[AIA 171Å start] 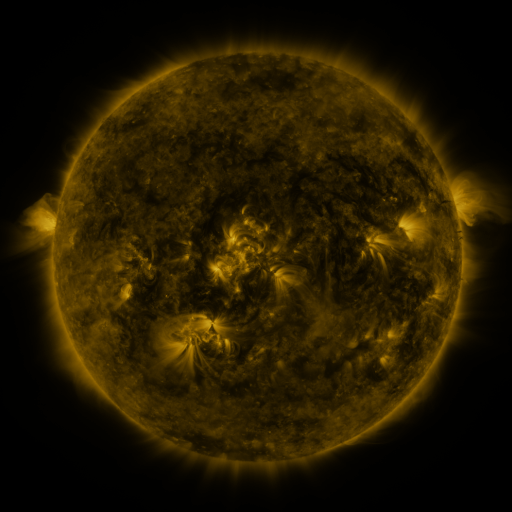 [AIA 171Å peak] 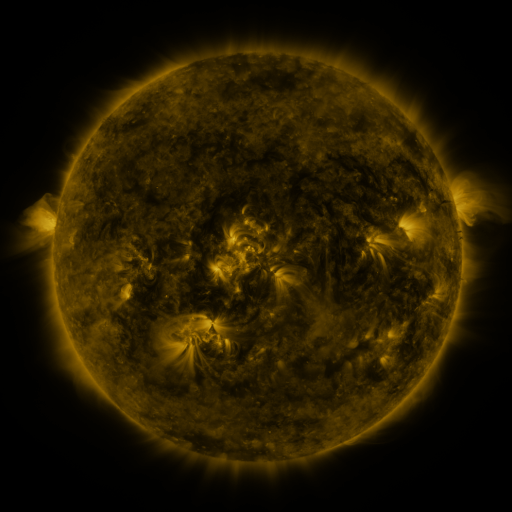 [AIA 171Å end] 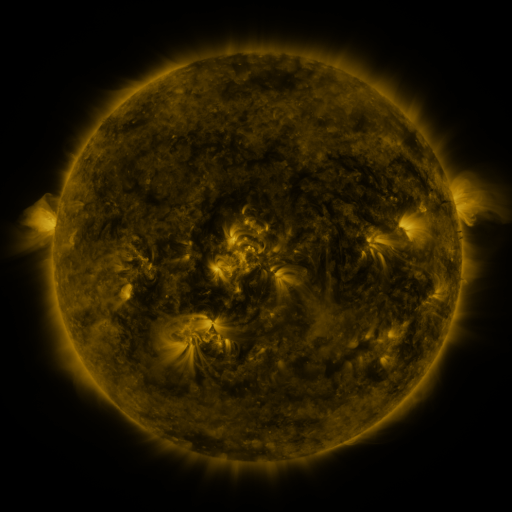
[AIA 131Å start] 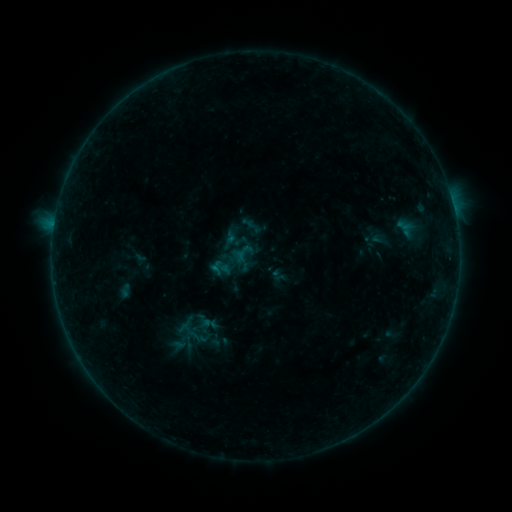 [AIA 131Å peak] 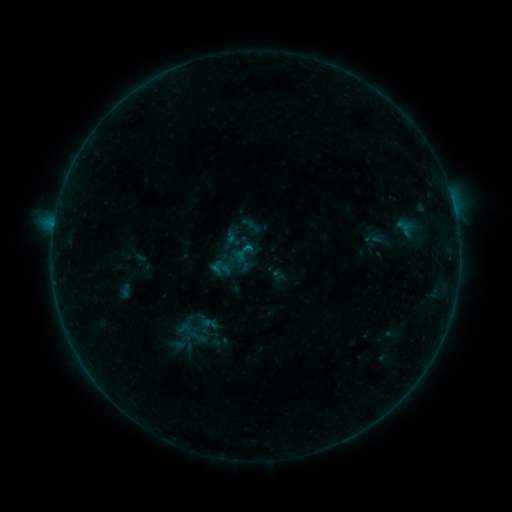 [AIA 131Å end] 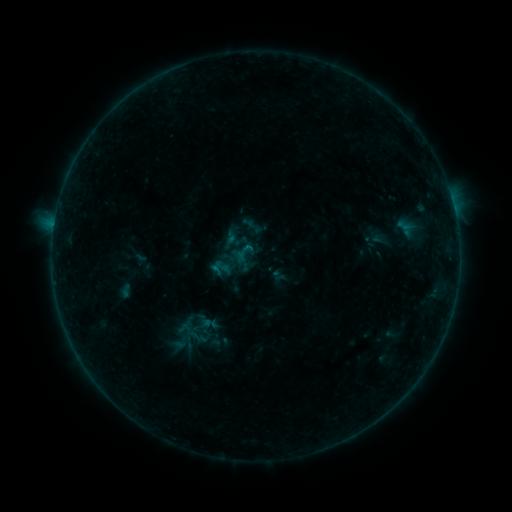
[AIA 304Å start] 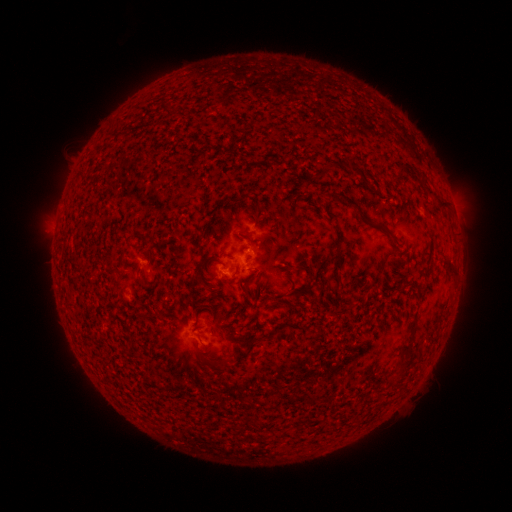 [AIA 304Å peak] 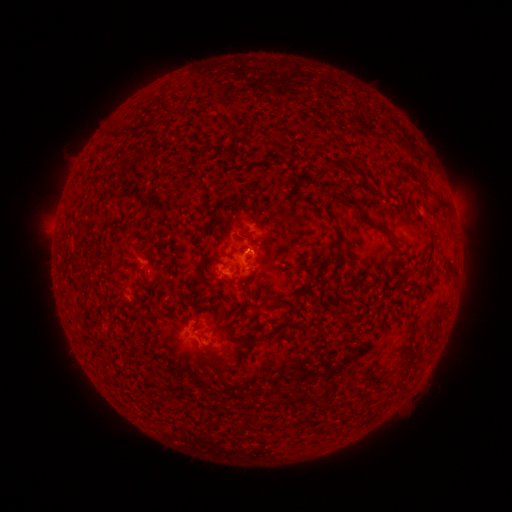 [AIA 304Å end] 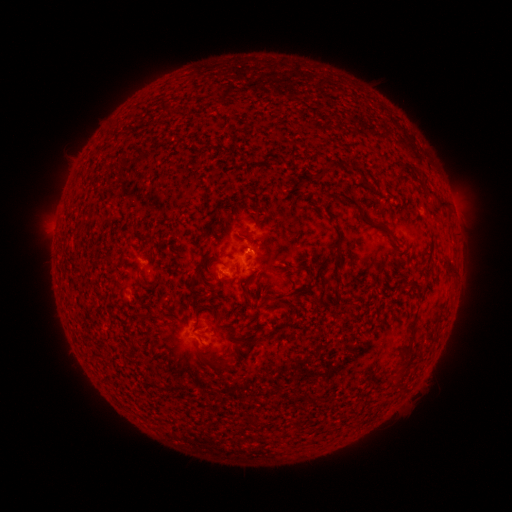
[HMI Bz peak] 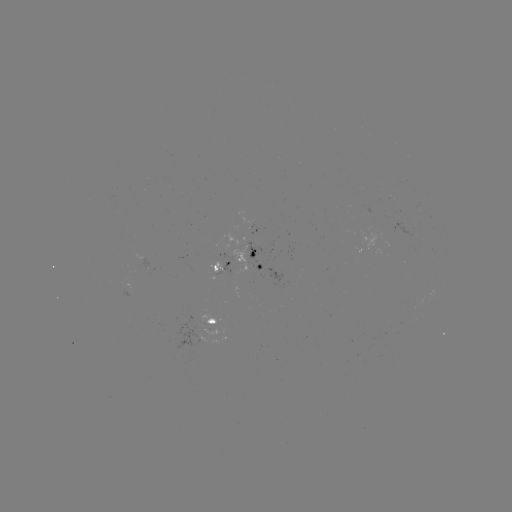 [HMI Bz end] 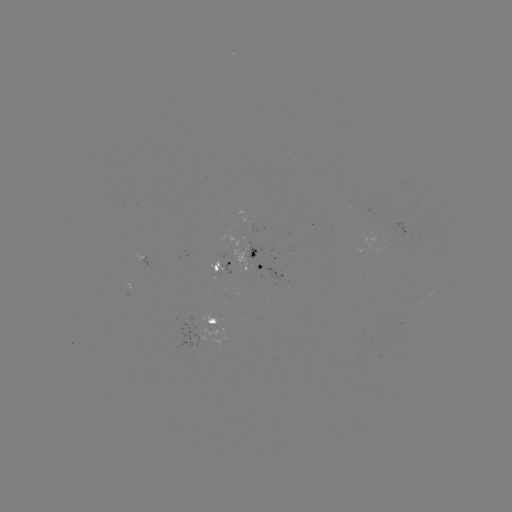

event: flare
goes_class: B2.9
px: (252, 250)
